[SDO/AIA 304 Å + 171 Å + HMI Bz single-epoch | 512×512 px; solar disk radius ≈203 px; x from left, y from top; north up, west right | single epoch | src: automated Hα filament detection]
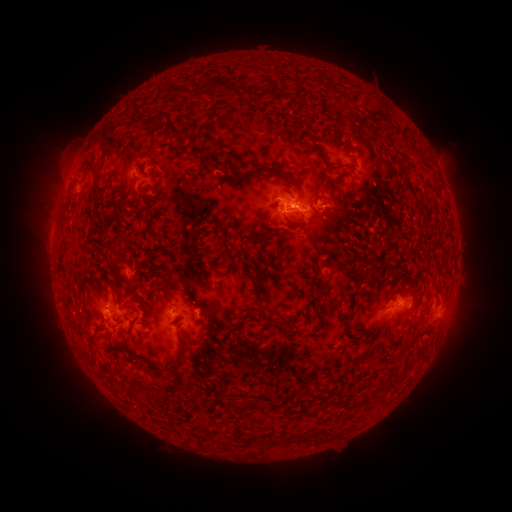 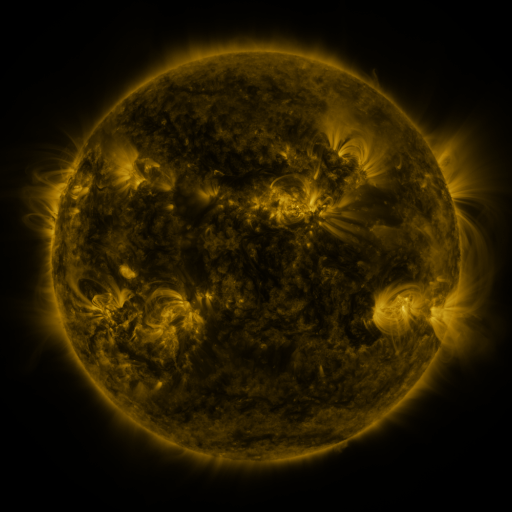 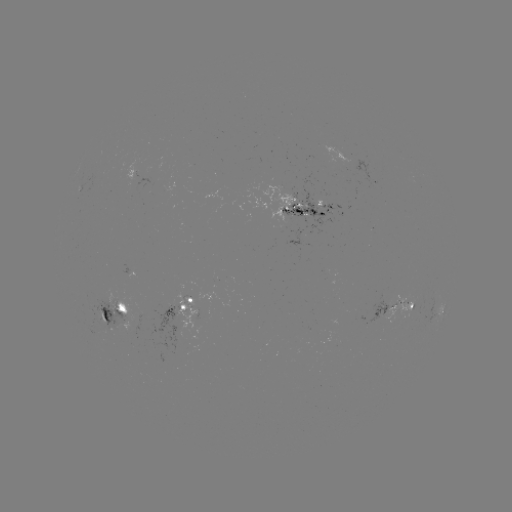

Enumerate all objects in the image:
filament: (211, 87)
filament: (261, 95)
filament: (133, 112)
filament: (372, 113)
filament: (158, 120)
filament: (173, 134)
filament: (318, 139)
filament: (347, 149)
filament: (424, 161)
filament: (92, 164)
filament: (203, 164)
filament: (349, 165)
filament: (329, 166)
filament: (140, 167)
filament: (264, 168)
filament: (406, 182)
filament: (97, 189)
filament: (112, 202)
filament: (148, 202)
filament: (354, 211)
filament: (120, 220)
filament: (147, 223)
filament: (261, 237)
filament: (339, 250)
filament: (115, 253)
filament: (347, 267)
filament: (259, 281)
filament: (321, 282)
filament: (170, 289)
filament: (318, 298)
filament: (146, 314)
filament: (322, 318)
filament: (294, 331)
filament: (178, 365)
filament: (392, 381)
filament: (236, 404)
filament: (256, 405)
filament: (321, 439)
filament: (275, 441)
